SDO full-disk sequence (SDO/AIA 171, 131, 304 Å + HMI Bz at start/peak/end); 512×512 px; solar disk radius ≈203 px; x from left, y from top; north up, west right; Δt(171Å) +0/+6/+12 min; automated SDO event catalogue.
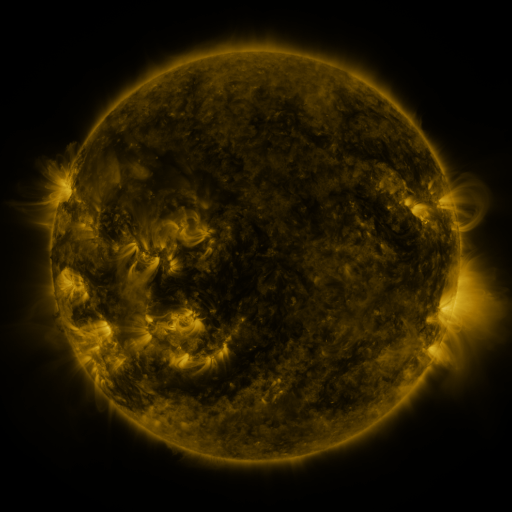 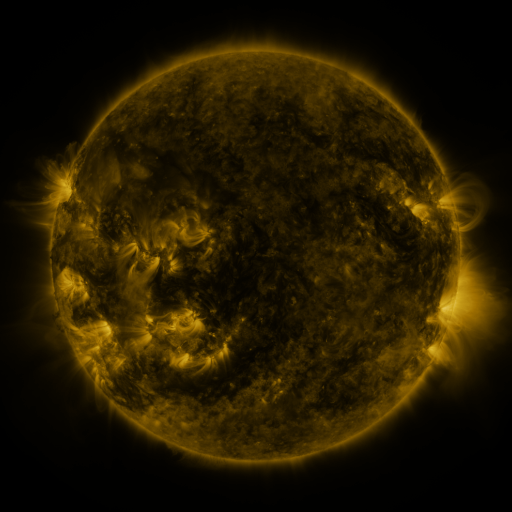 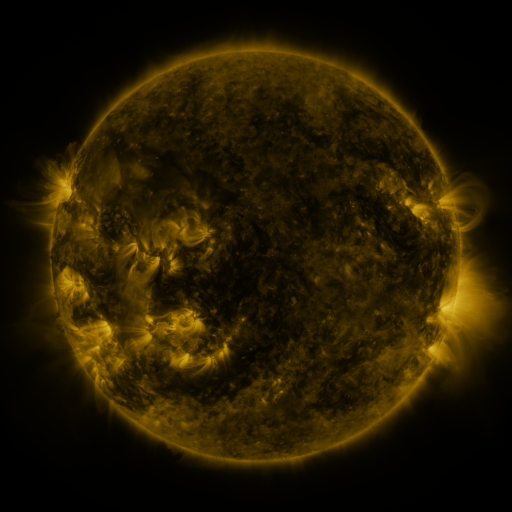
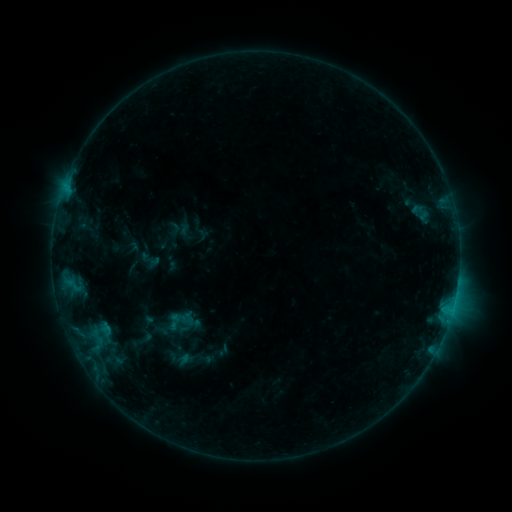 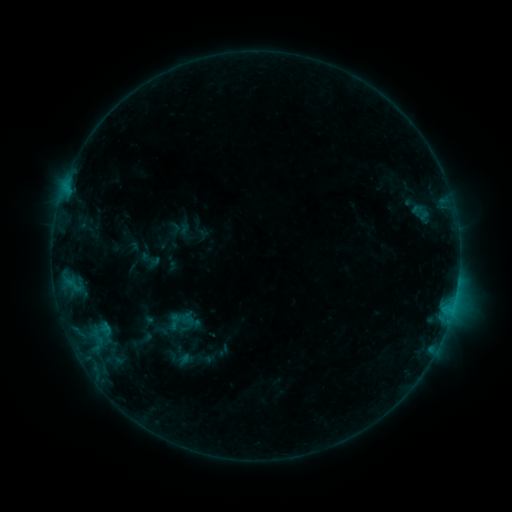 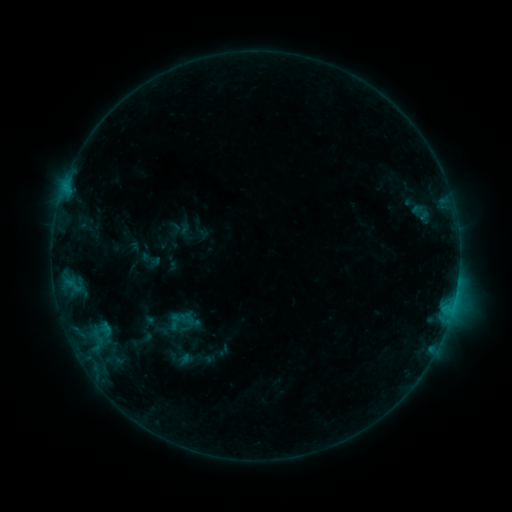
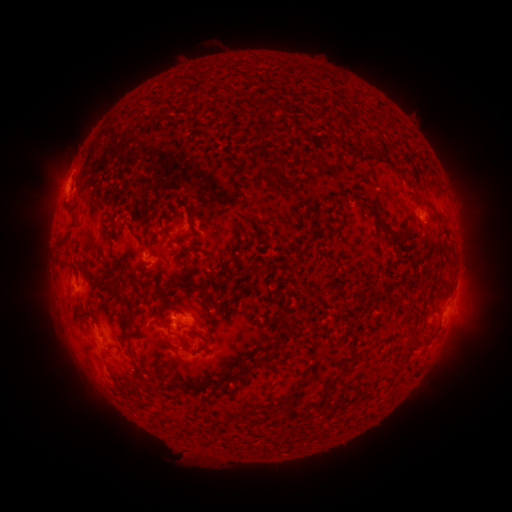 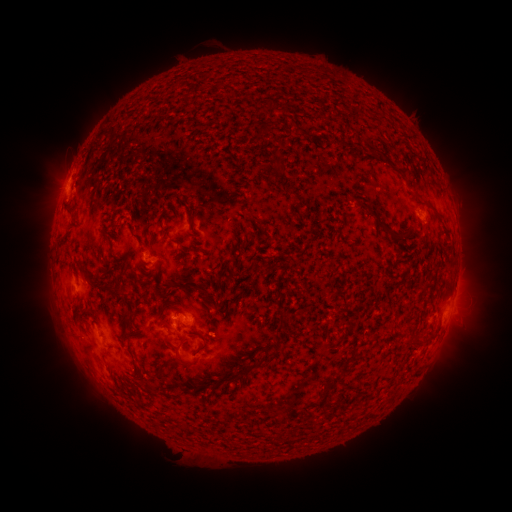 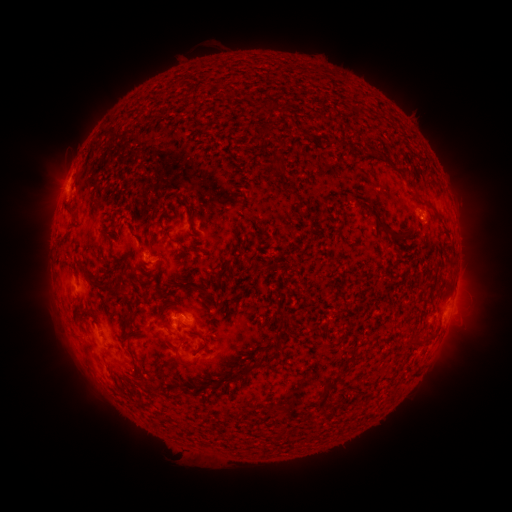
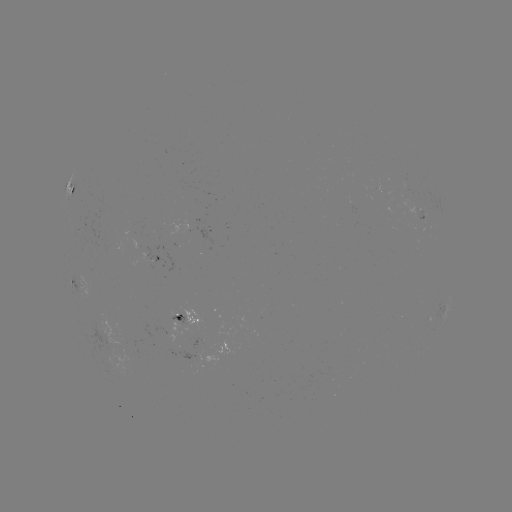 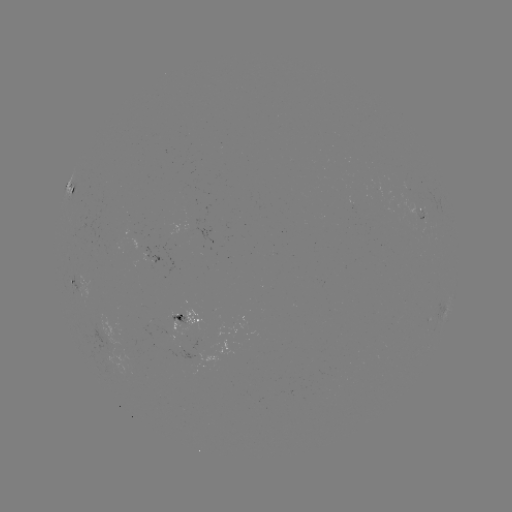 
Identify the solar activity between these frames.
no catalogued flare and no flagged EUV brightening in this window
